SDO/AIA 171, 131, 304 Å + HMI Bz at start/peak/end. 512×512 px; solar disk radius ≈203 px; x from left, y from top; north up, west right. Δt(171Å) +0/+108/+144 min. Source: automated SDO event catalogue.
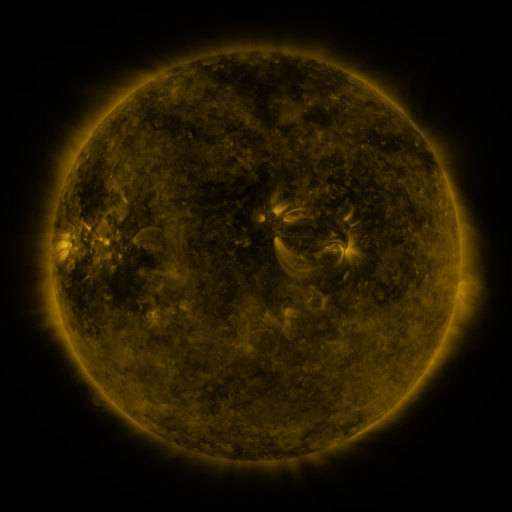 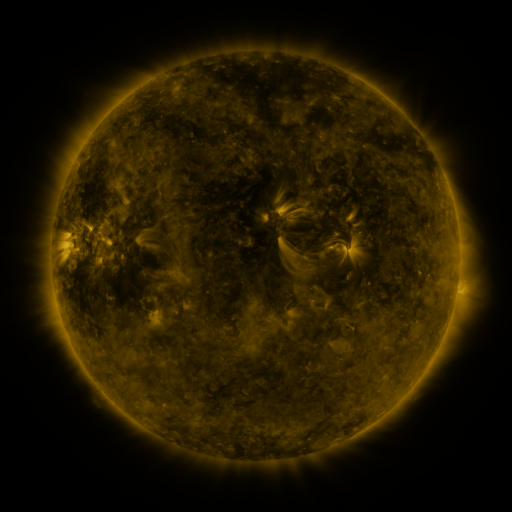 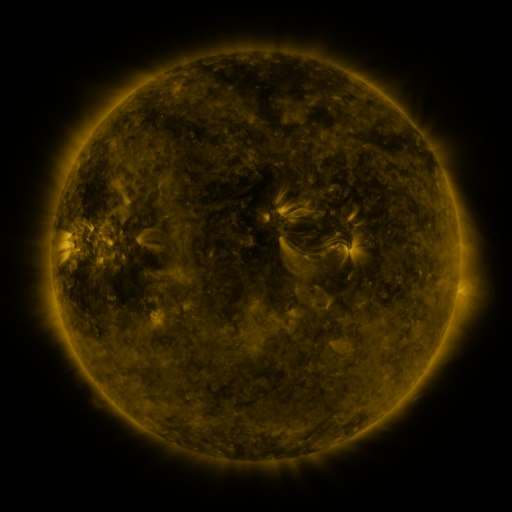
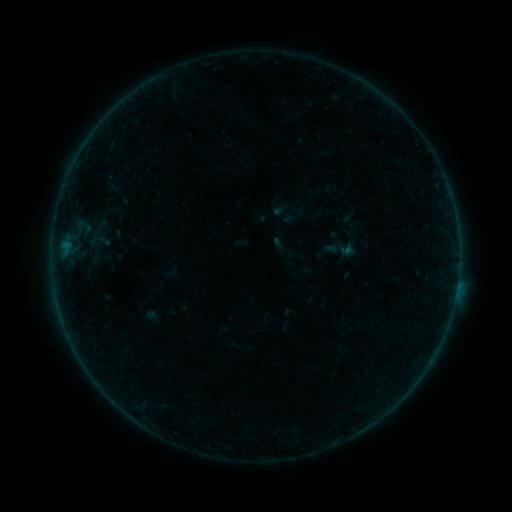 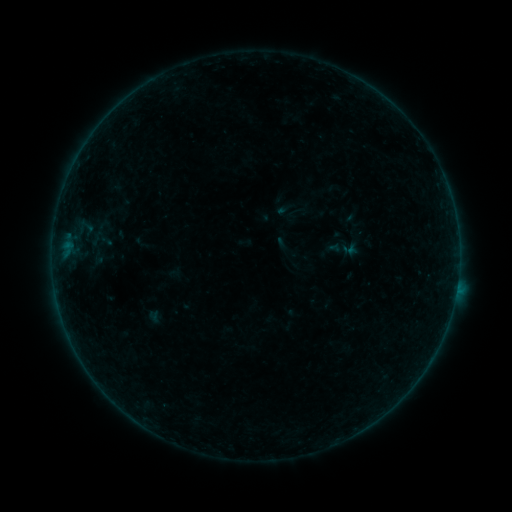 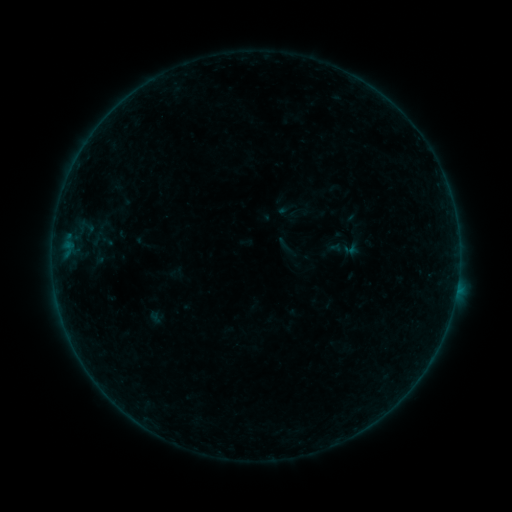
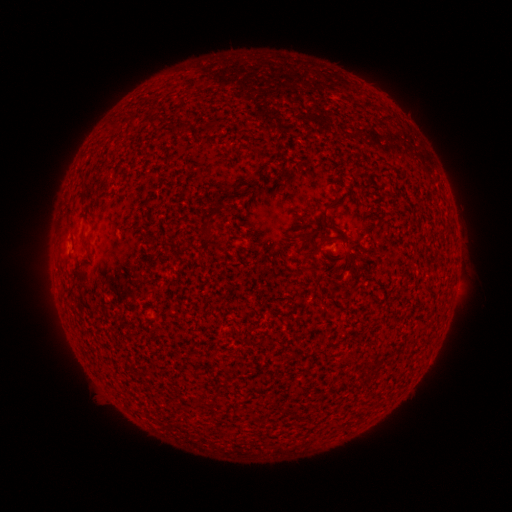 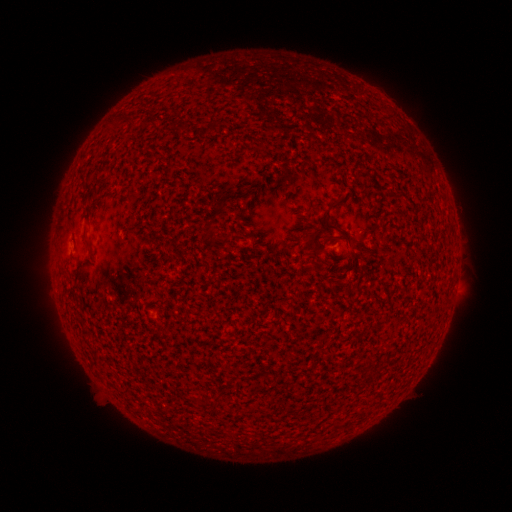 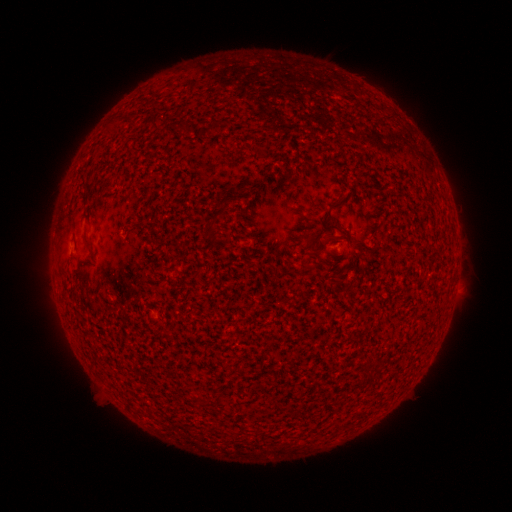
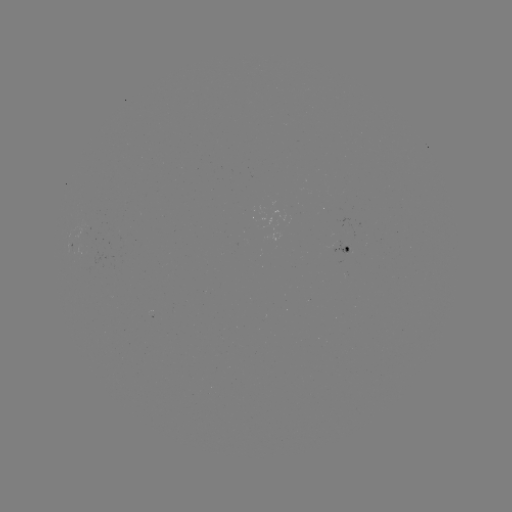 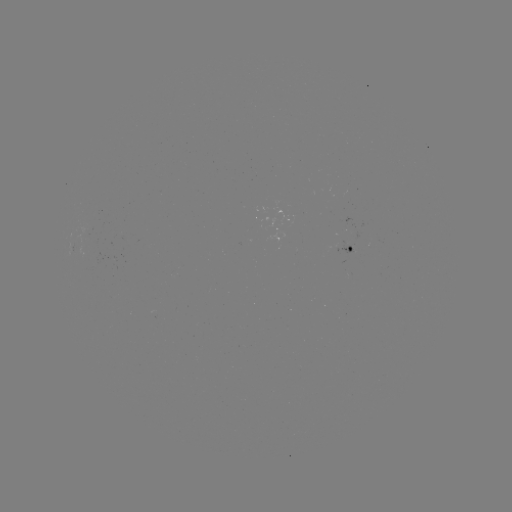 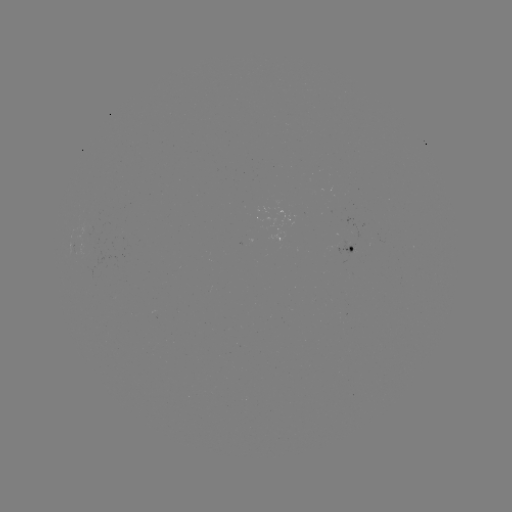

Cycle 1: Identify emerging-flux region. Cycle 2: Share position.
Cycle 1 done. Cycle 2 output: [88, 228].